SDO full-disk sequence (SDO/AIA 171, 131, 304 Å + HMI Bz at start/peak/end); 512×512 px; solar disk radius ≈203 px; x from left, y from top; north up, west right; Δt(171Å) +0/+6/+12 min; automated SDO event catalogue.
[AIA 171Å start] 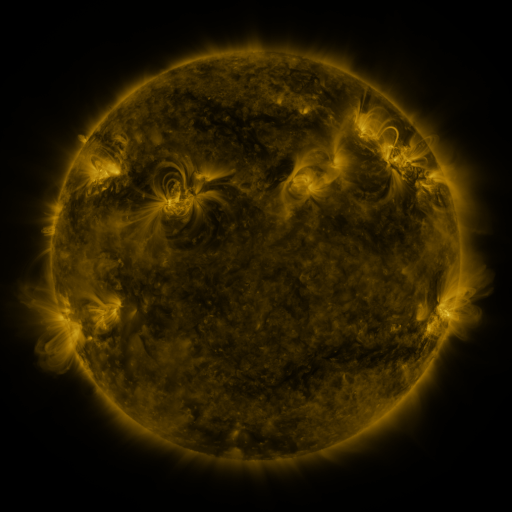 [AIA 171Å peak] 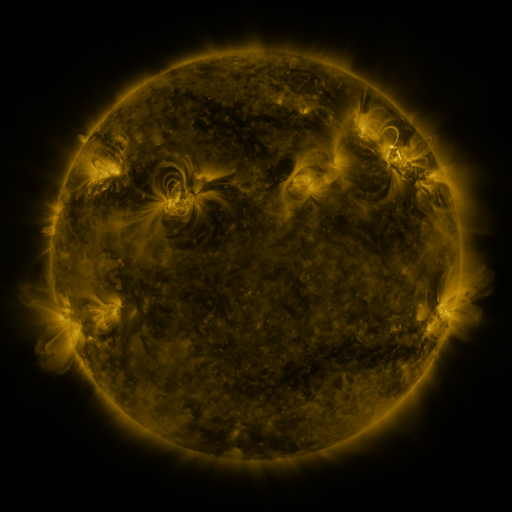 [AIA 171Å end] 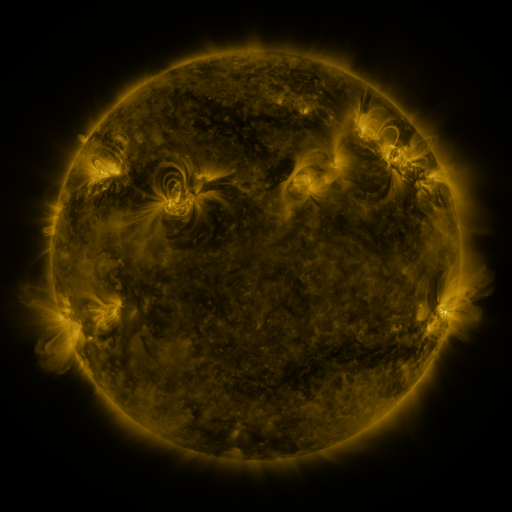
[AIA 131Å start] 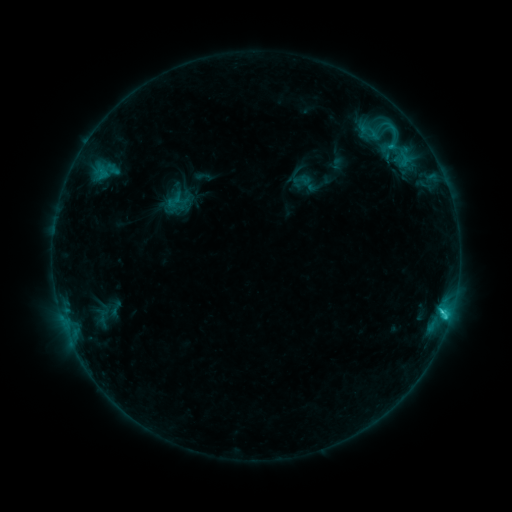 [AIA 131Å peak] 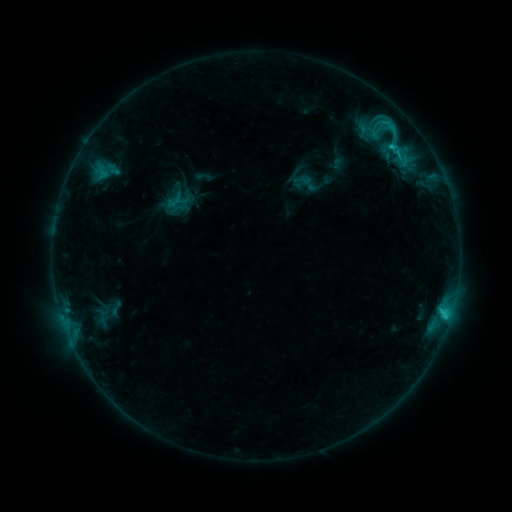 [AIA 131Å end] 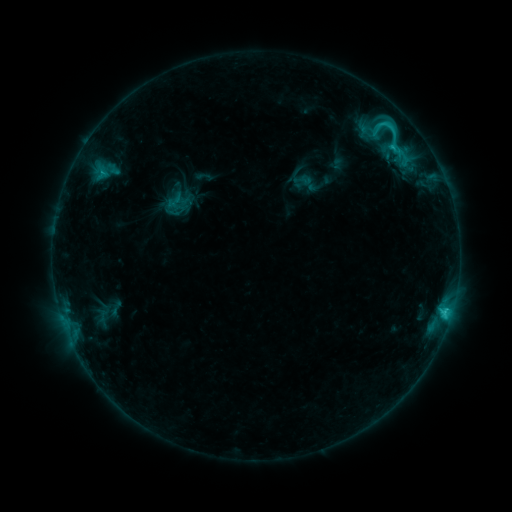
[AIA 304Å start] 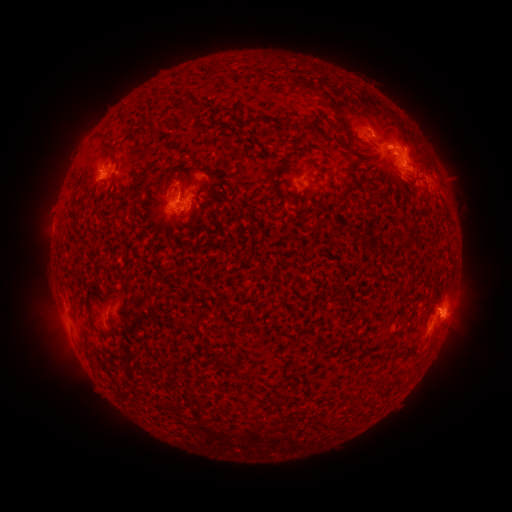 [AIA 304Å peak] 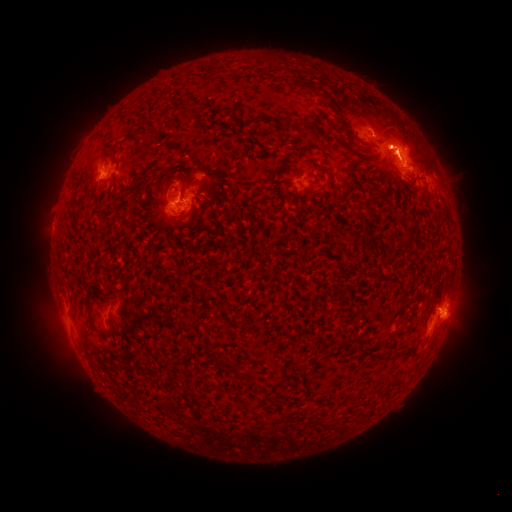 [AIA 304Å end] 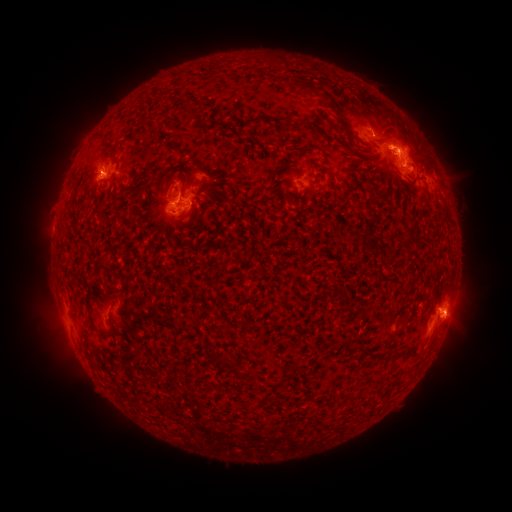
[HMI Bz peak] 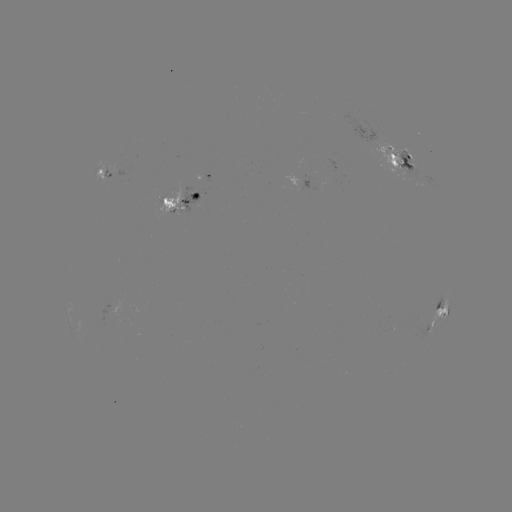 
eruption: <bbox>359, 94, 473, 210</bbox>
